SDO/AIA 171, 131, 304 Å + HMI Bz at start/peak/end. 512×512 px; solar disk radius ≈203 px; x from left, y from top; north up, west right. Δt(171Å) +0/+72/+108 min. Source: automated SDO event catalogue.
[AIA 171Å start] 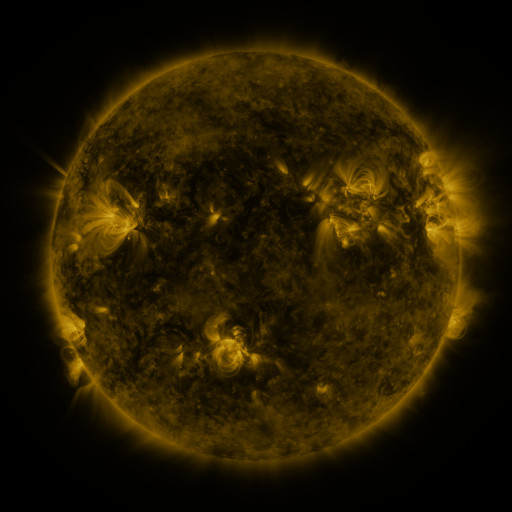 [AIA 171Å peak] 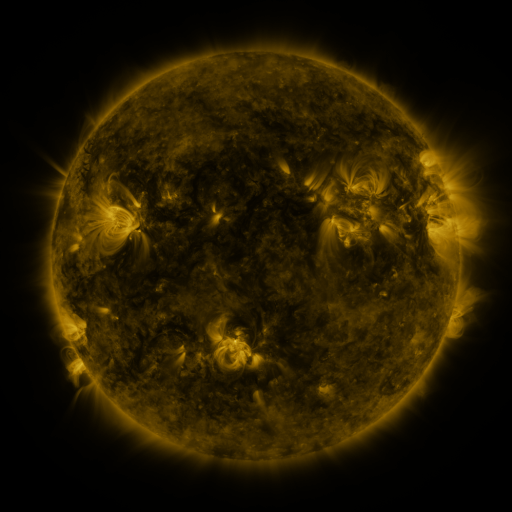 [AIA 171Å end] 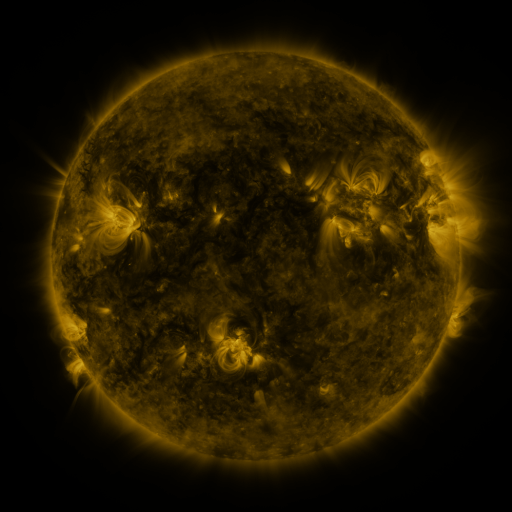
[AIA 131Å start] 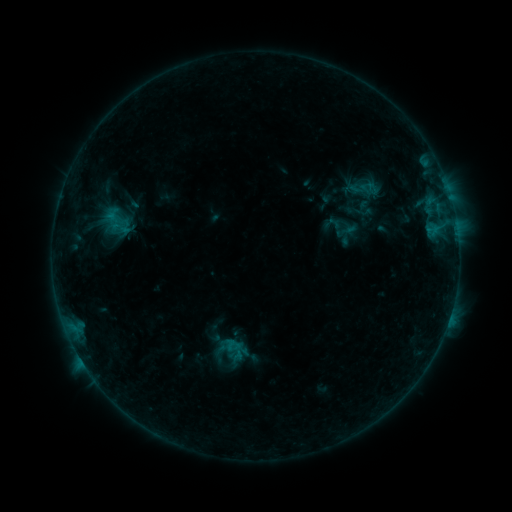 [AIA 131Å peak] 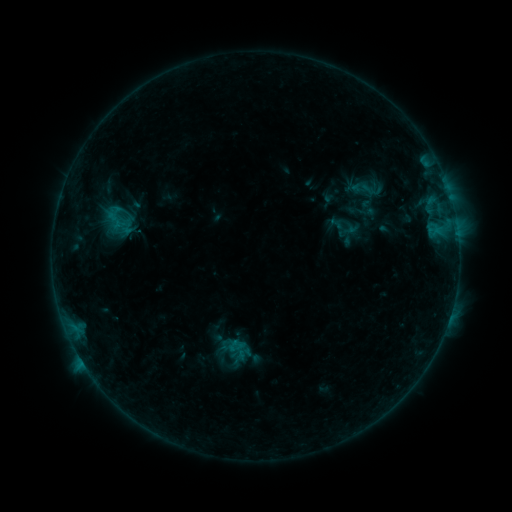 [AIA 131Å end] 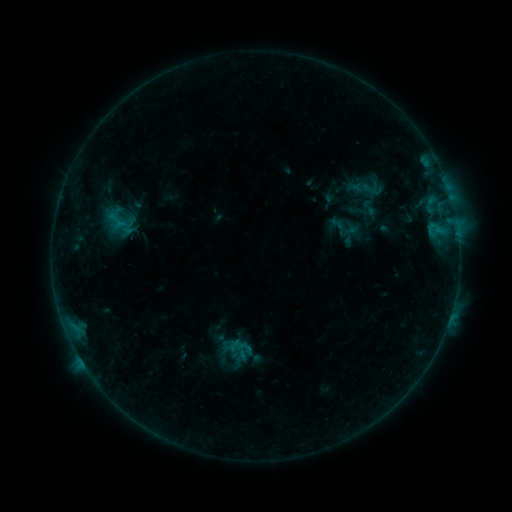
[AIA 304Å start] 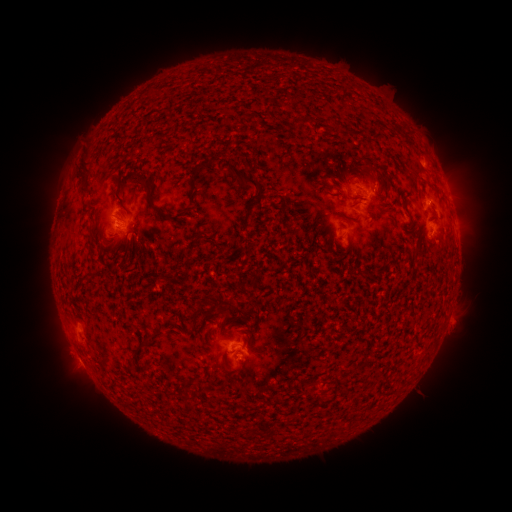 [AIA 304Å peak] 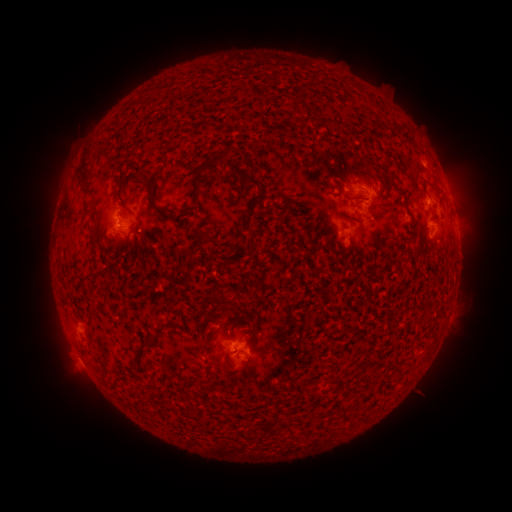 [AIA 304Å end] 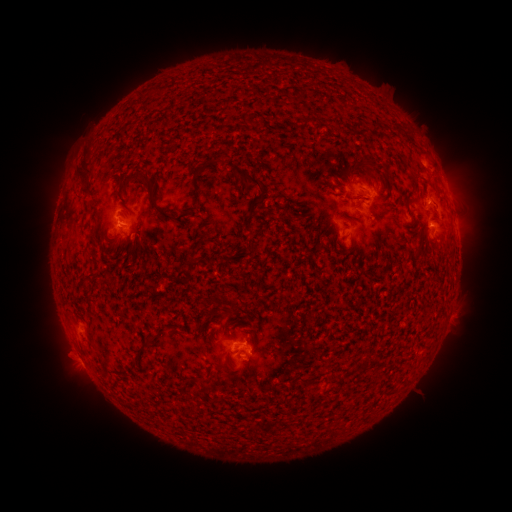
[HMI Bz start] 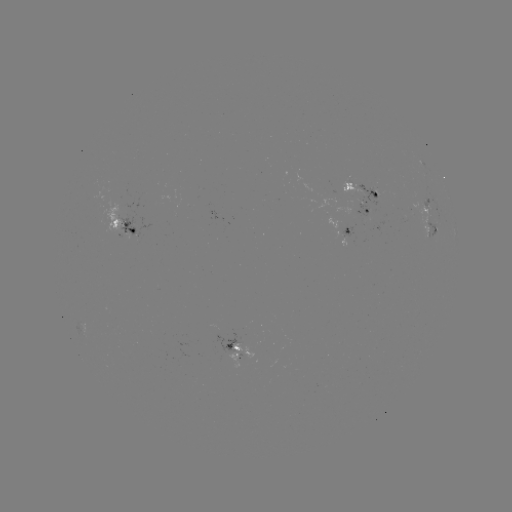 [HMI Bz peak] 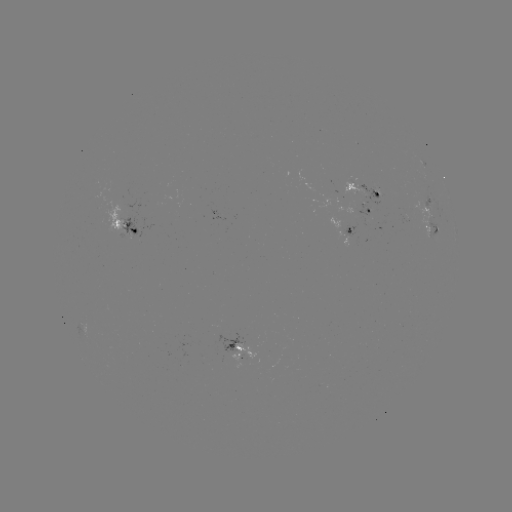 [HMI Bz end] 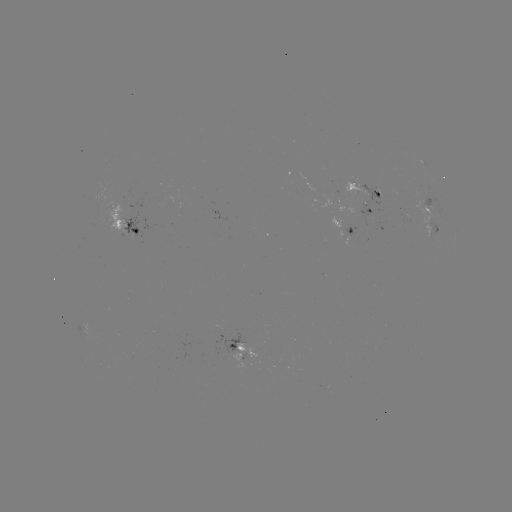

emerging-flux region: (354, 184, 384, 205)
